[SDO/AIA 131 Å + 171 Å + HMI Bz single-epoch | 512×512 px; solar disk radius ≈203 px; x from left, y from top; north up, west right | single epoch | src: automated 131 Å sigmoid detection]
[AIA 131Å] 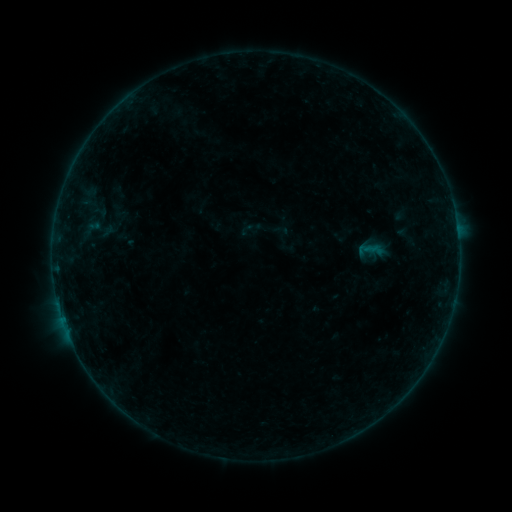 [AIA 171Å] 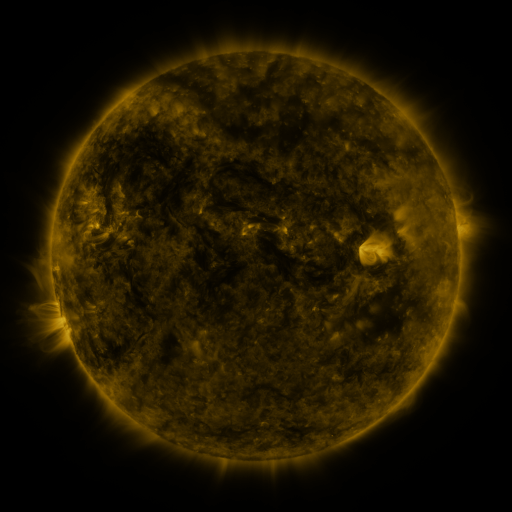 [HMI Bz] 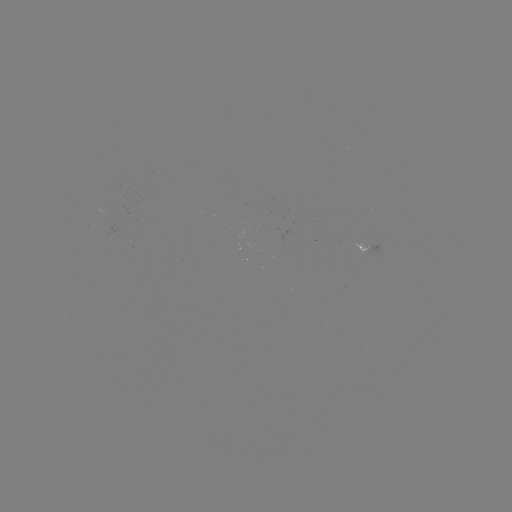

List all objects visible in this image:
sigmoid: <bbox>89, 200, 109, 224</bbox>
sigmoid: <bbox>239, 217, 263, 240</bbox>
